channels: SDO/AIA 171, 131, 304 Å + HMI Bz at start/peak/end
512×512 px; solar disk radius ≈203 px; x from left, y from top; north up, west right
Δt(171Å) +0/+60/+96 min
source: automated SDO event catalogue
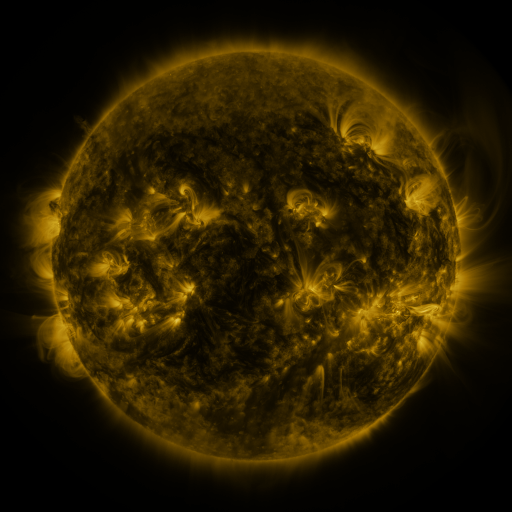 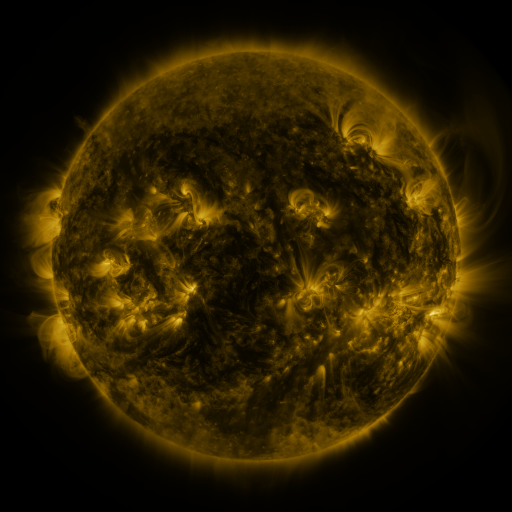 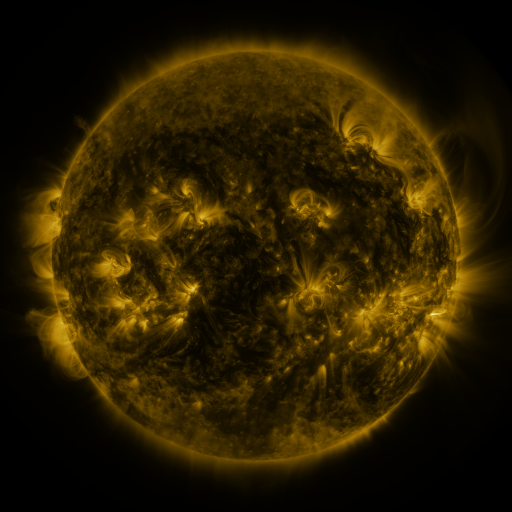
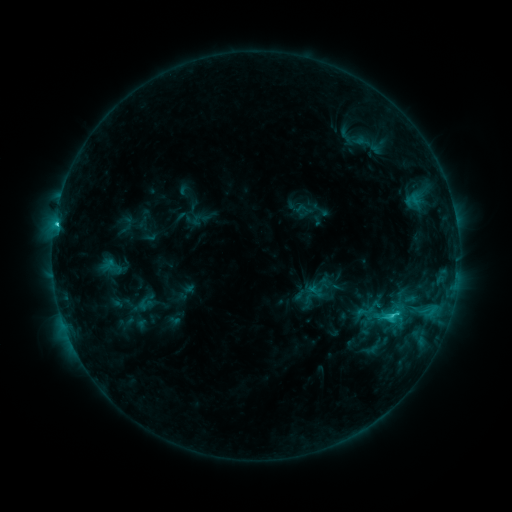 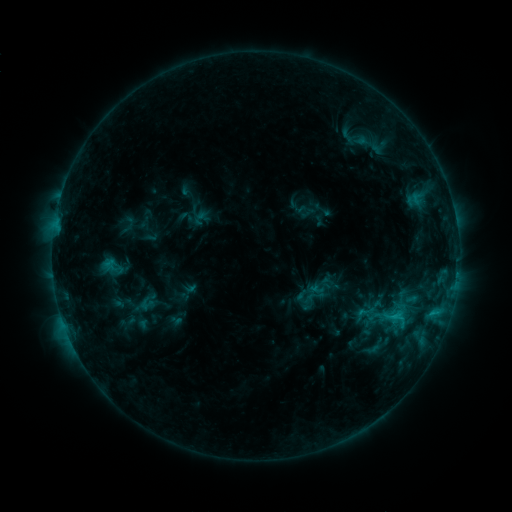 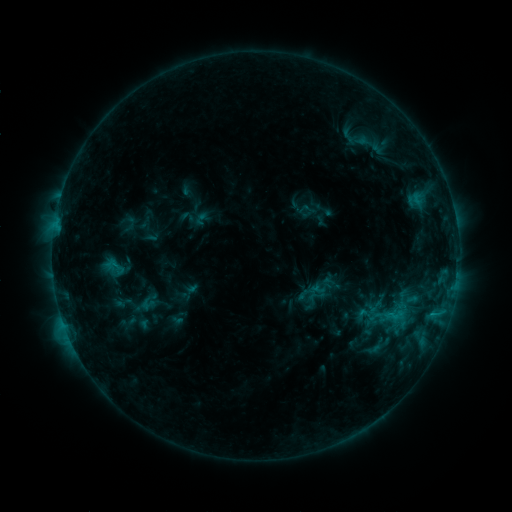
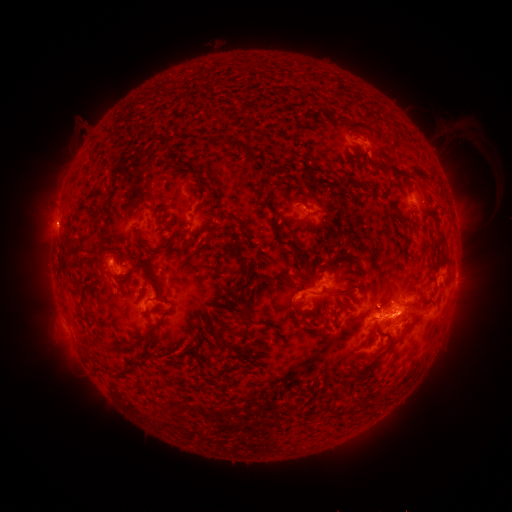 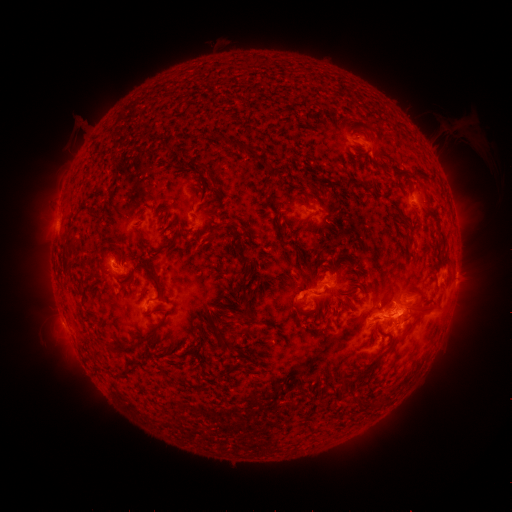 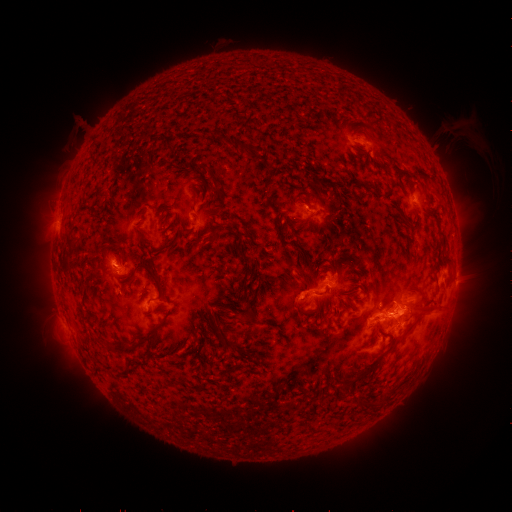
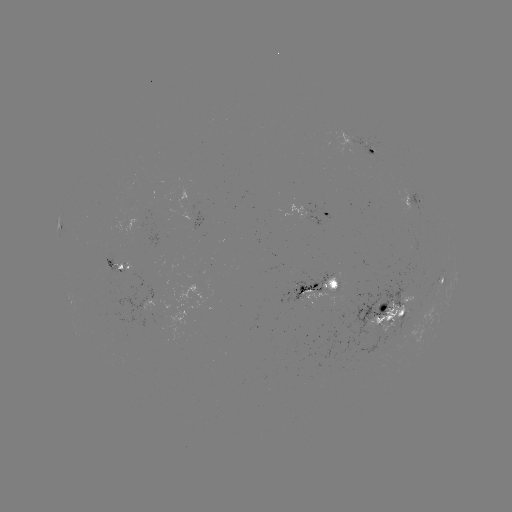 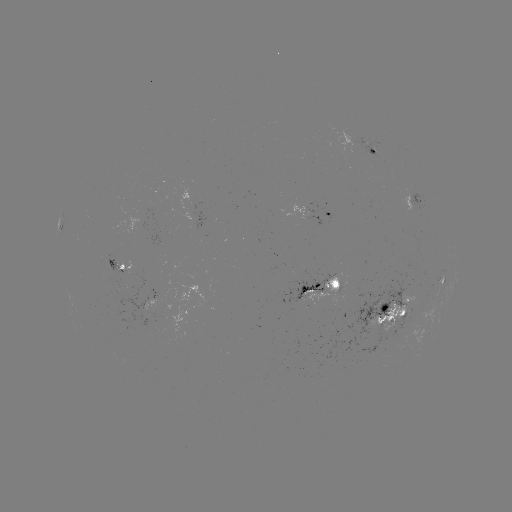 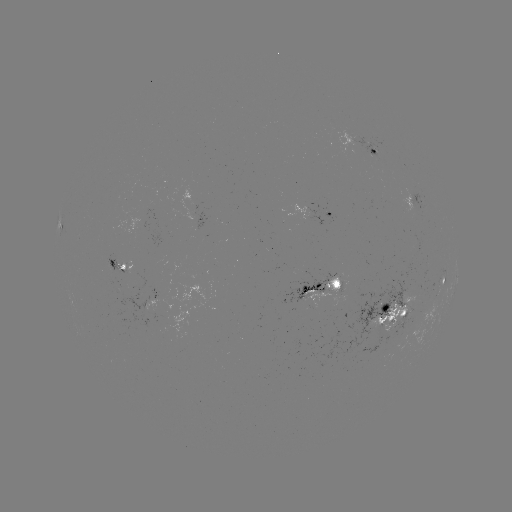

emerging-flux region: [396, 192, 428, 214]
